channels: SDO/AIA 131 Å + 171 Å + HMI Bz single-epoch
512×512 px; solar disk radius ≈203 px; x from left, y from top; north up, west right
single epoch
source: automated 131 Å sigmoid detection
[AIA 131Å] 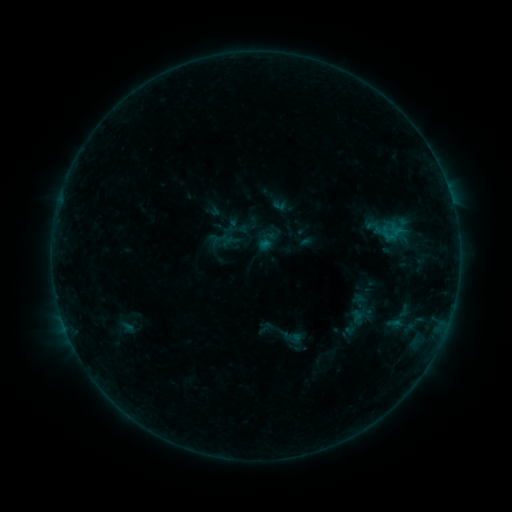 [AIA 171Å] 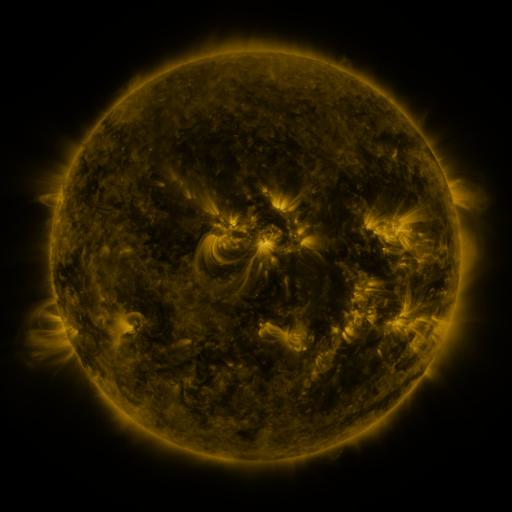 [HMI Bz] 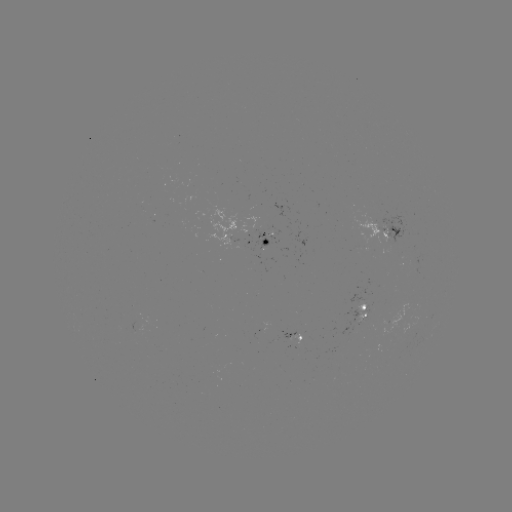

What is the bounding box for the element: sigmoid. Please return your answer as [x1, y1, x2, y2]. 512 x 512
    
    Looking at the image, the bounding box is [283, 328, 302, 347].